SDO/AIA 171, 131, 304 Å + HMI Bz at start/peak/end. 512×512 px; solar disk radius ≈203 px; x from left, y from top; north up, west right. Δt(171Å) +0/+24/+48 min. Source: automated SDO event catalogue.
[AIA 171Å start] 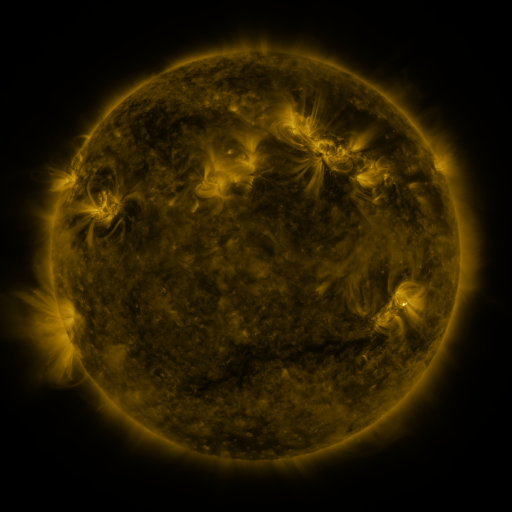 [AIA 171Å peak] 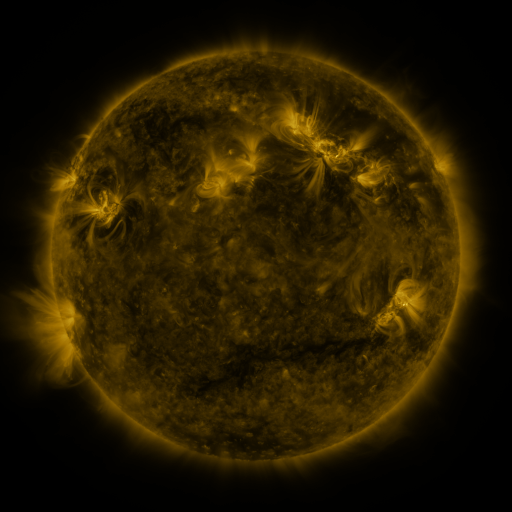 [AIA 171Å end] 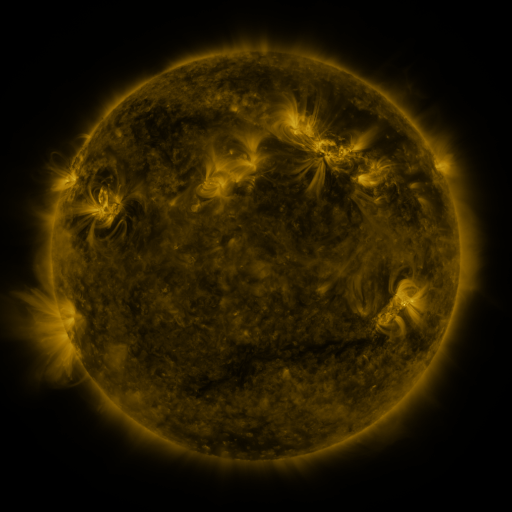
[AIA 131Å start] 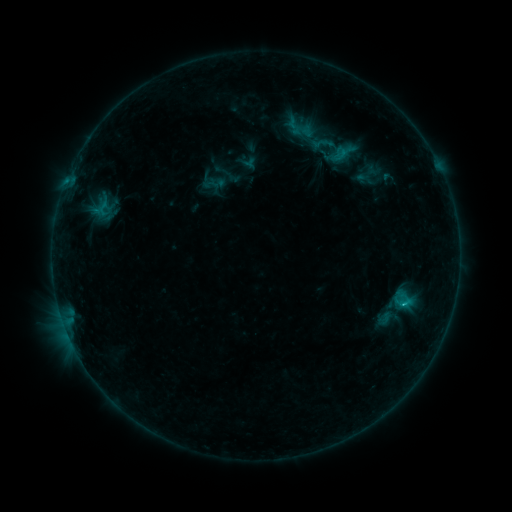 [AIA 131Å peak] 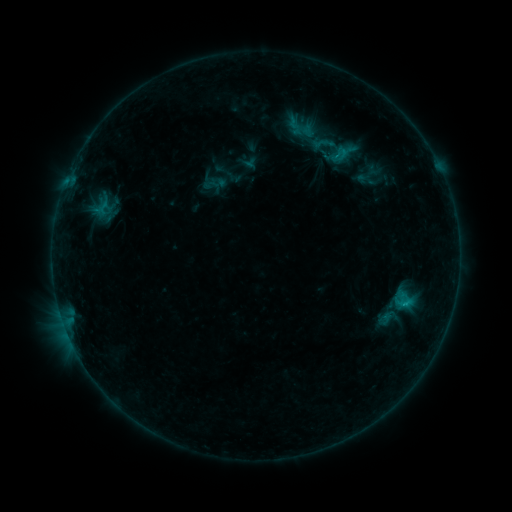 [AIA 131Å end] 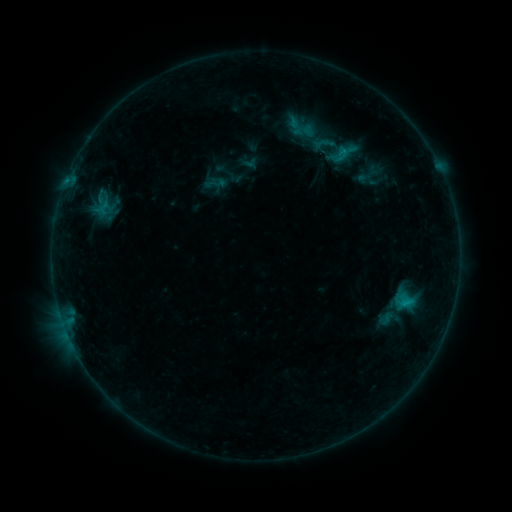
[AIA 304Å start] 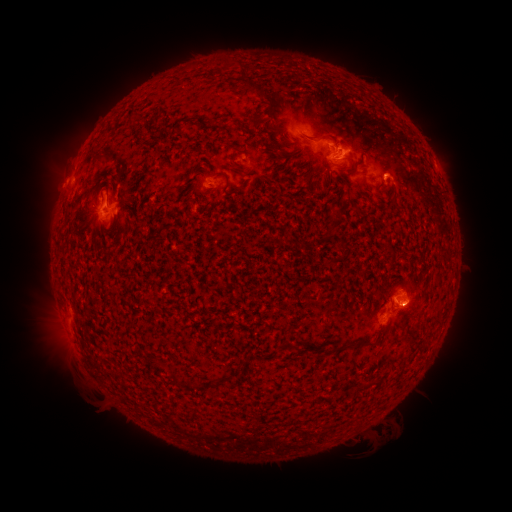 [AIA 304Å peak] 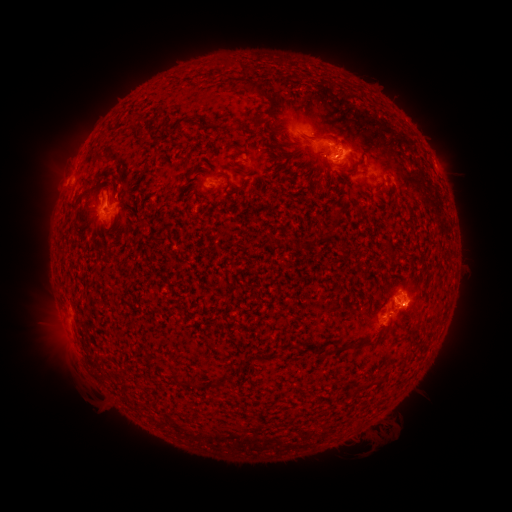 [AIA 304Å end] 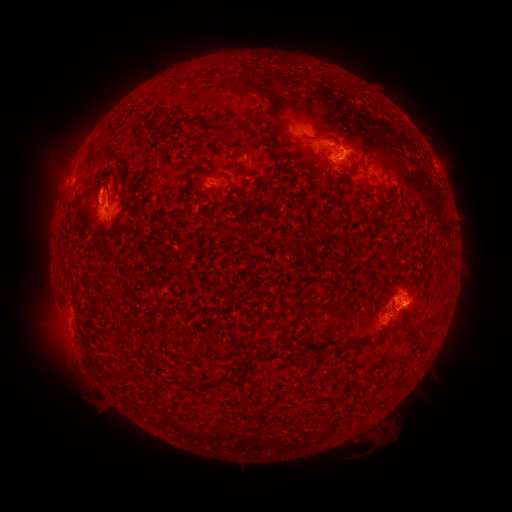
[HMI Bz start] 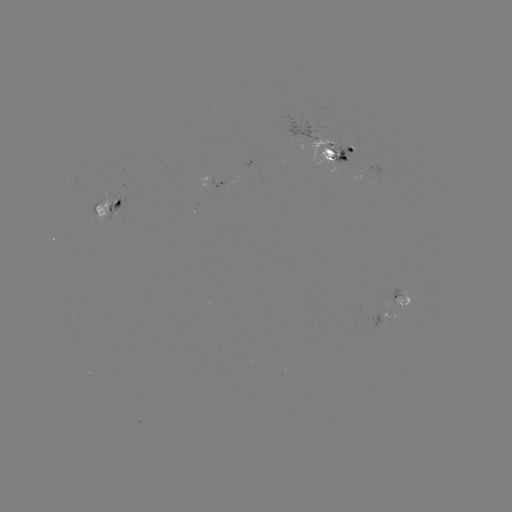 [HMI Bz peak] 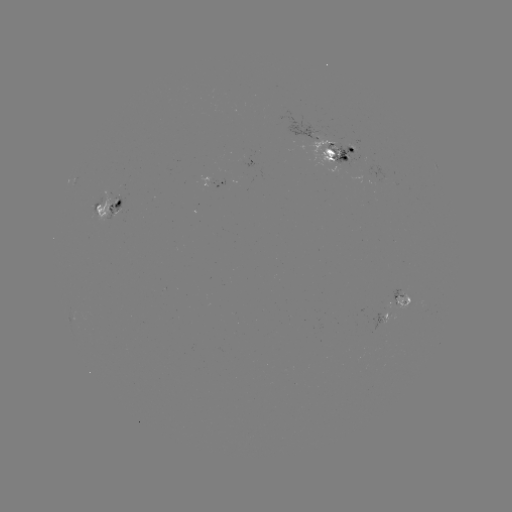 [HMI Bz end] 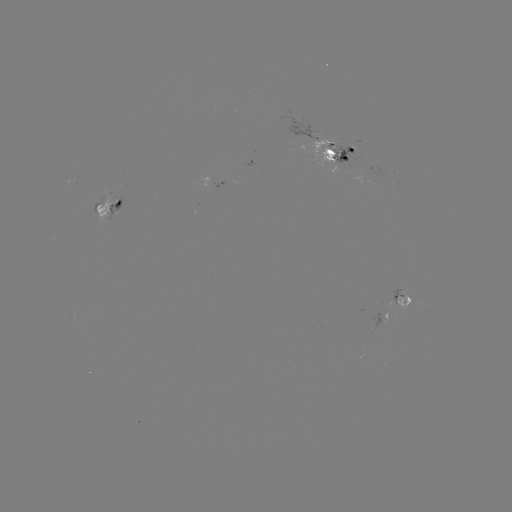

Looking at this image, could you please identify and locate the emerging-flux region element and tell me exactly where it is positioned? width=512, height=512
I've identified emerging-flux region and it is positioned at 400,302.